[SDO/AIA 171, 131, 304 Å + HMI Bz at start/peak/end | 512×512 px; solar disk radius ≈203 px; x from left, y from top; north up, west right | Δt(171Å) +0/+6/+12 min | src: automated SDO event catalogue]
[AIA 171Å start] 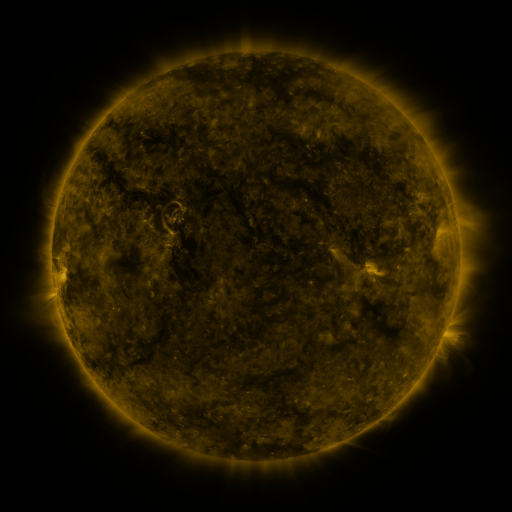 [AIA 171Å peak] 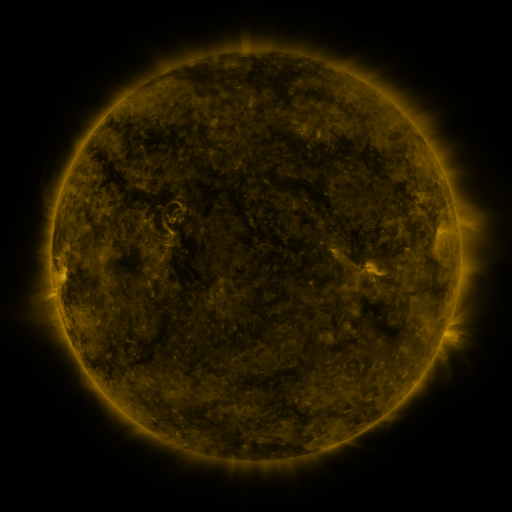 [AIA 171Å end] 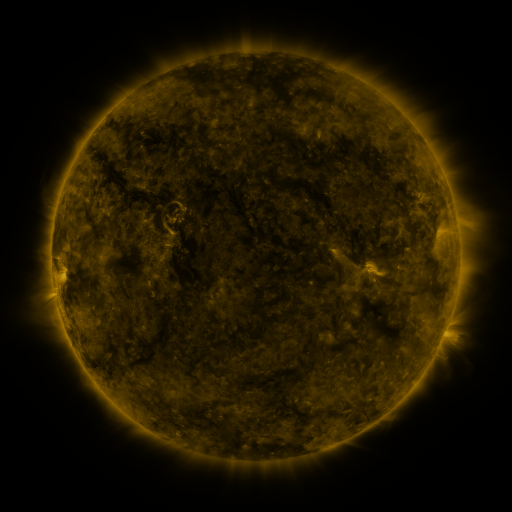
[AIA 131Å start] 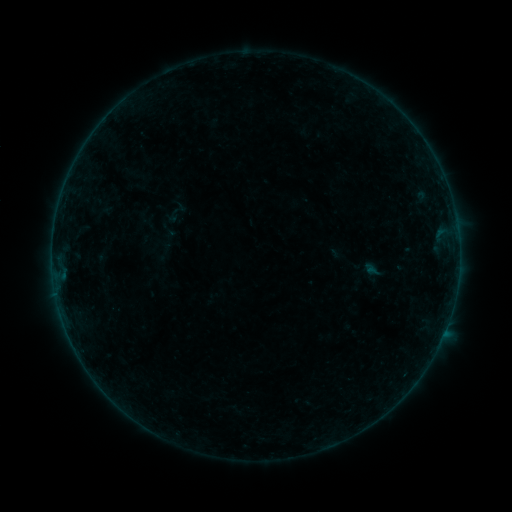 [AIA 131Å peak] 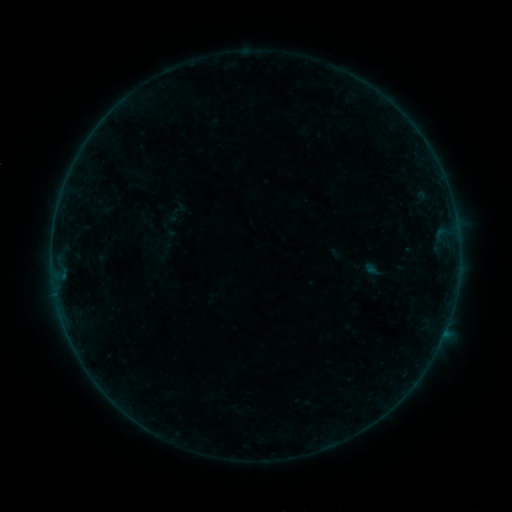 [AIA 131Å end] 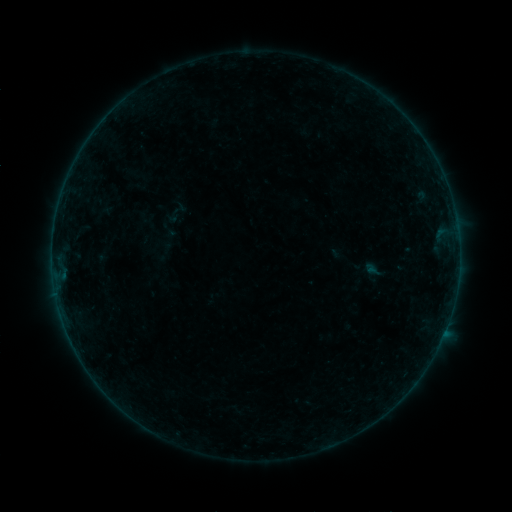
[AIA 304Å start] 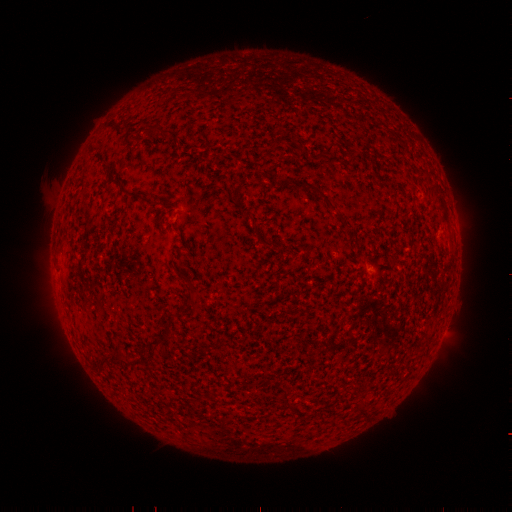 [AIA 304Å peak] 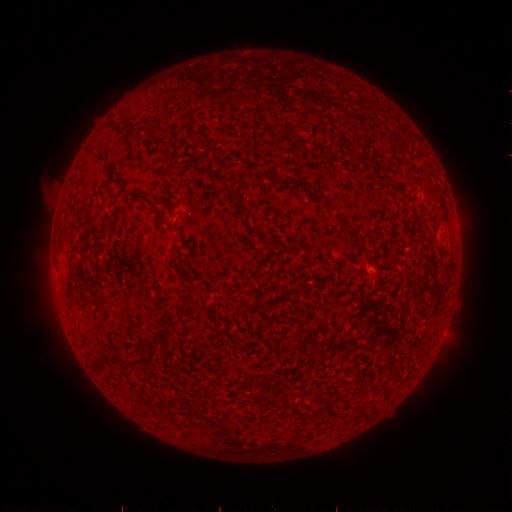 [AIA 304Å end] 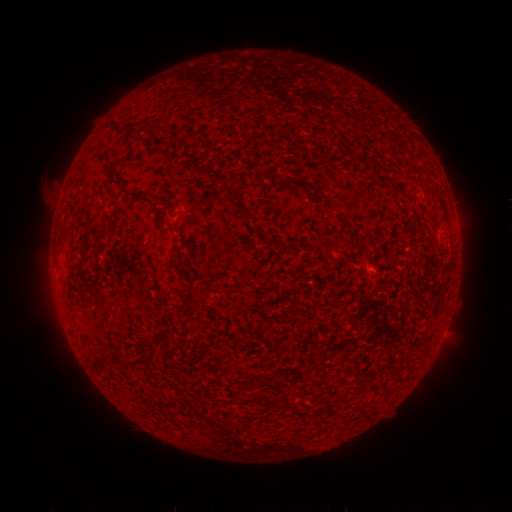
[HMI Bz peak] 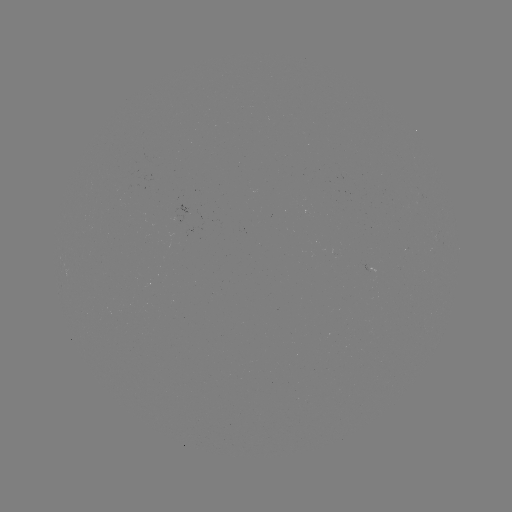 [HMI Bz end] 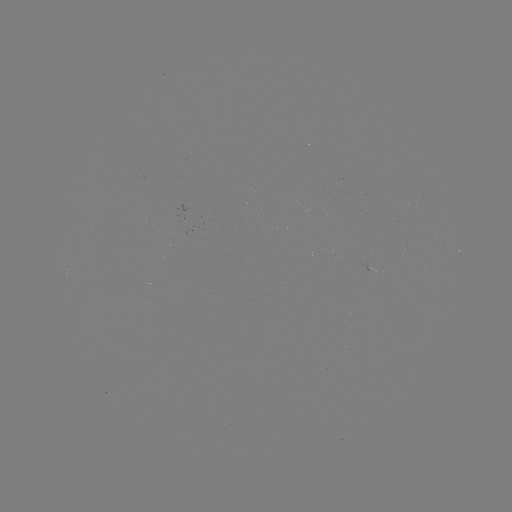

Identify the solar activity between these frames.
nothing was catalogued: no classed flare, no EUV trigger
